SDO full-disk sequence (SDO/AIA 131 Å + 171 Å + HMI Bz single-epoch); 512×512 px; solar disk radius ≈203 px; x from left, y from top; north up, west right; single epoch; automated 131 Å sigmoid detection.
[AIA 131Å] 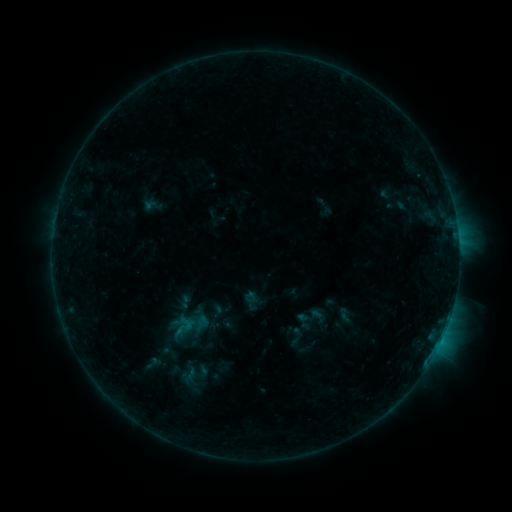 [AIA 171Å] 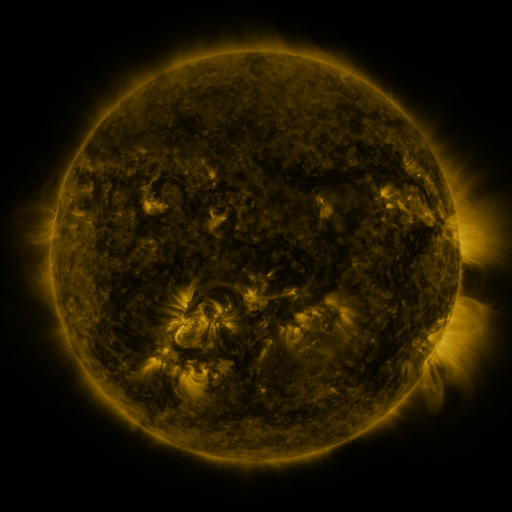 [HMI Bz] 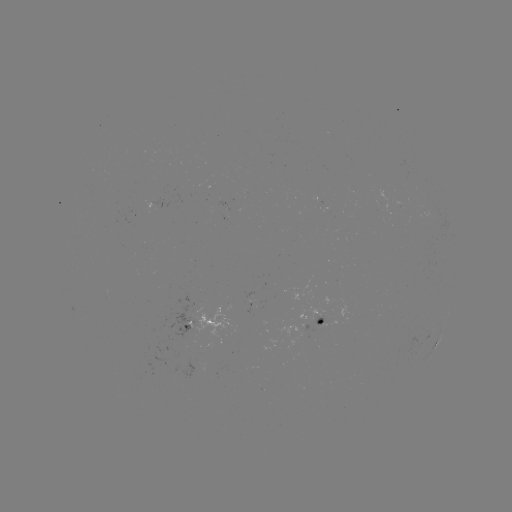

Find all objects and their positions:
sigmoid: (183, 327)
